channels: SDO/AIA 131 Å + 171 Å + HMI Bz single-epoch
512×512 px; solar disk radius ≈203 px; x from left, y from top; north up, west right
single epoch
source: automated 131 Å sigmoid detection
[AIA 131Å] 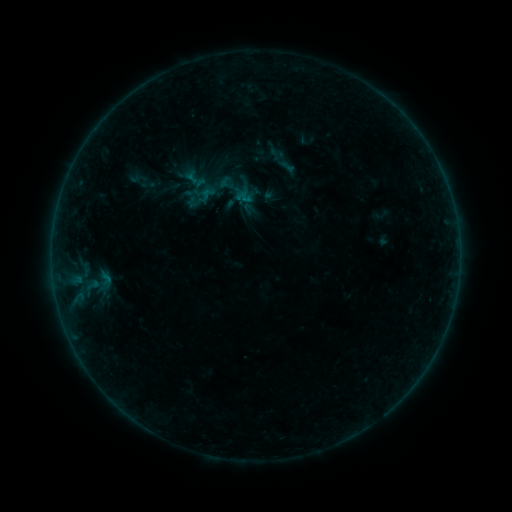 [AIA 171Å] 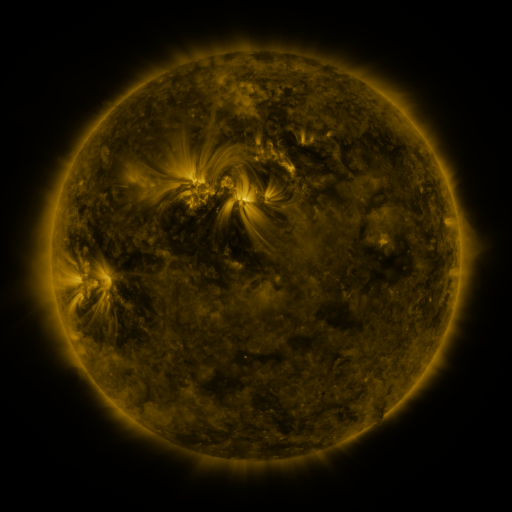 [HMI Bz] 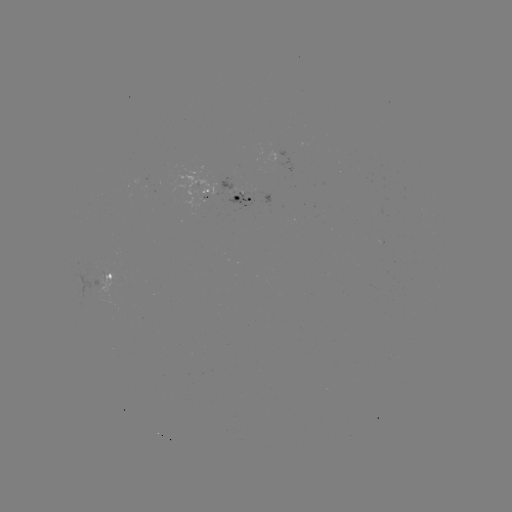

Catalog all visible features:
sigmoid: (98, 282)
